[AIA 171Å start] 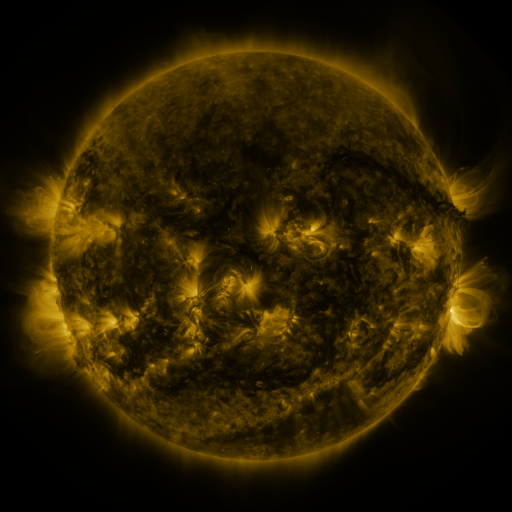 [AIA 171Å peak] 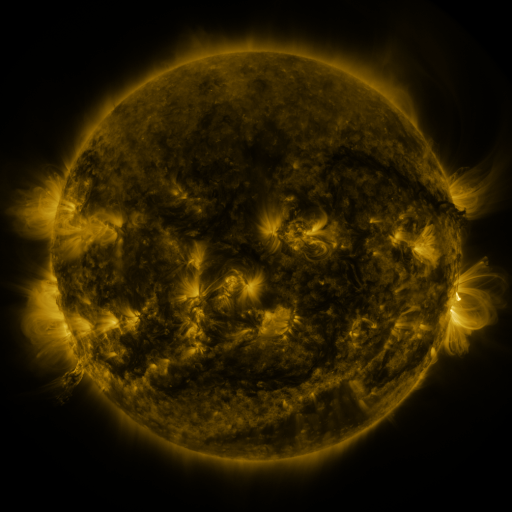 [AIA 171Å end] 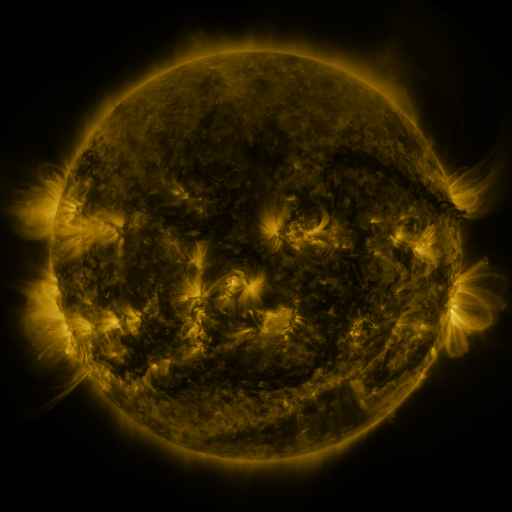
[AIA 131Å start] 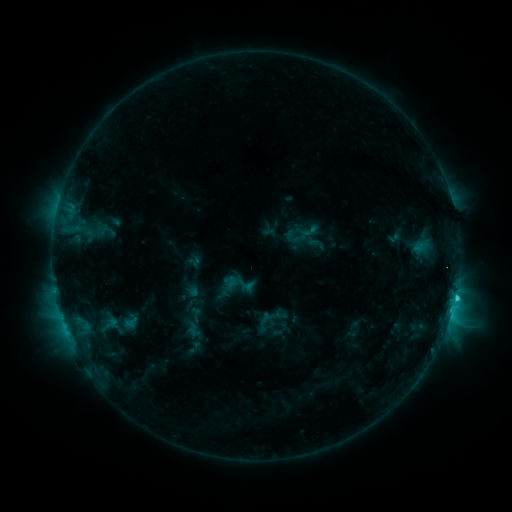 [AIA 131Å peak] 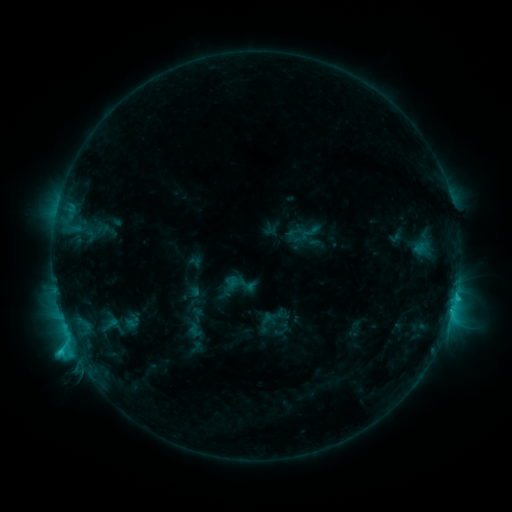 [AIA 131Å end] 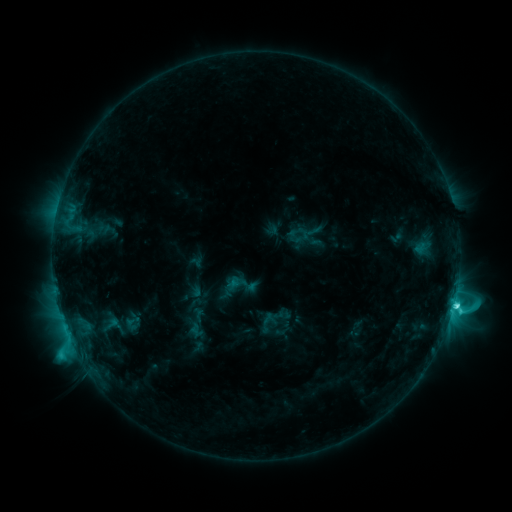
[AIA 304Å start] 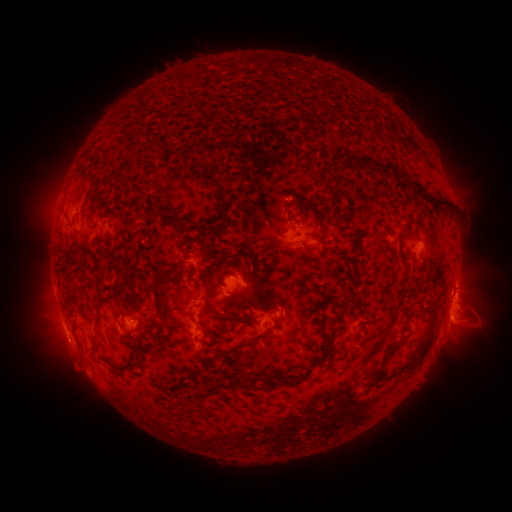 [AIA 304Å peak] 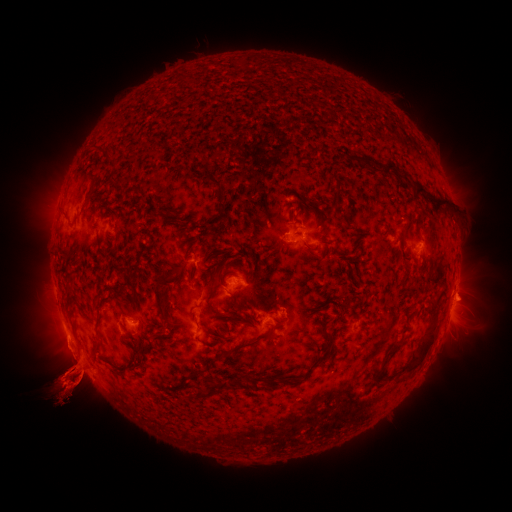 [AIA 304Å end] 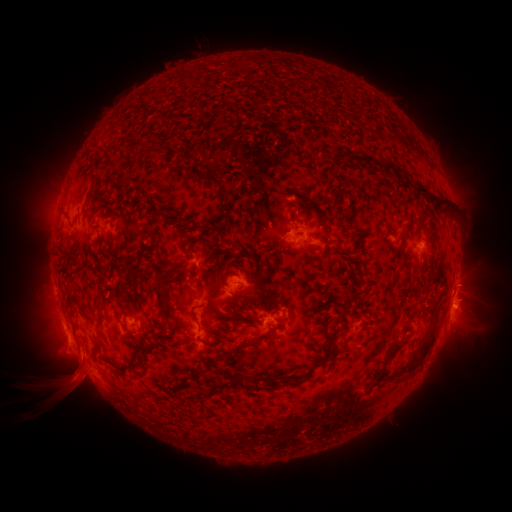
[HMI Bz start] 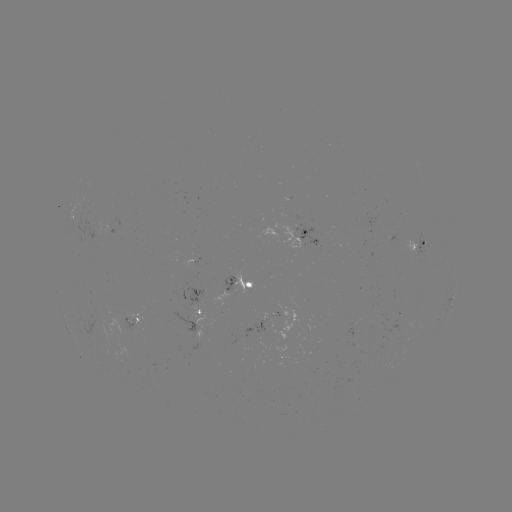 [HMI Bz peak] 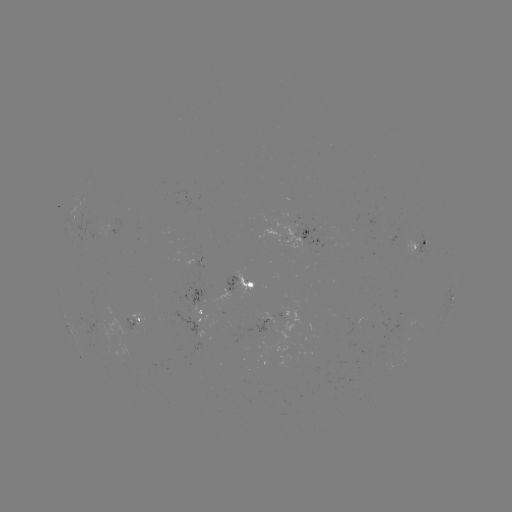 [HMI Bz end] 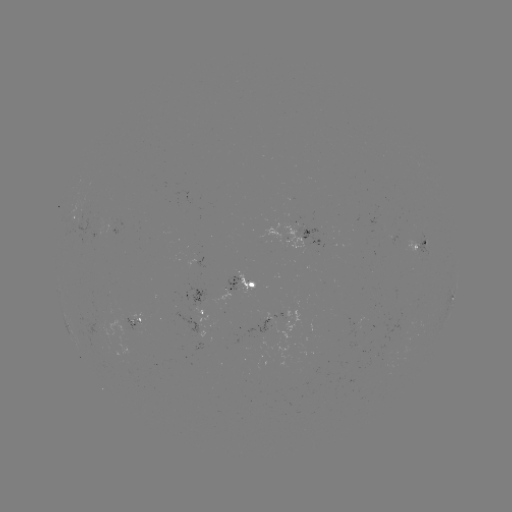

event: eruption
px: (69, 379)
